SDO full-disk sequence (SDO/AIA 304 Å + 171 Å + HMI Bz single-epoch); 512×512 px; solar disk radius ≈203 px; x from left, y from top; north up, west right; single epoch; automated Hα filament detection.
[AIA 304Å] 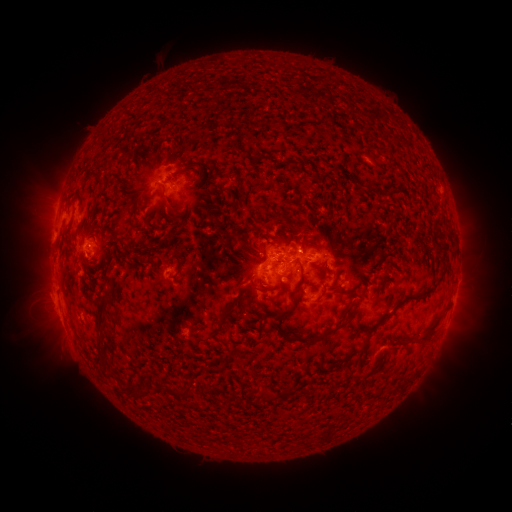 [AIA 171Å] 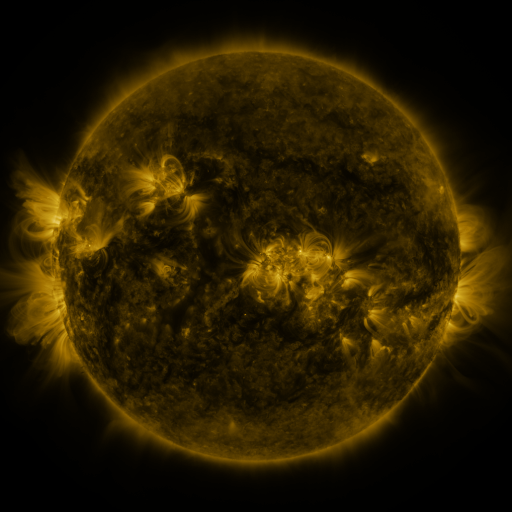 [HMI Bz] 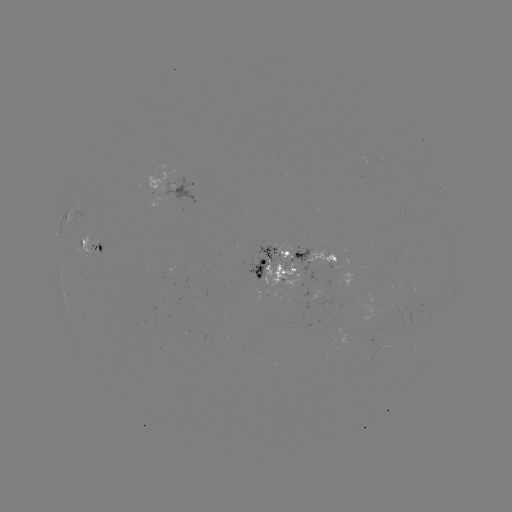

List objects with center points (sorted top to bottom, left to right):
filament: (92, 174, 103, 187)
filament: (157, 191, 171, 209)
filament: (248, 239, 260, 259)
filament: (440, 249, 447, 258)
filament: (230, 252, 239, 260)
filament: (268, 254, 301, 267)
filament: (174, 256, 182, 273)
filament: (391, 266, 447, 309)
filament: (293, 271, 305, 293)
filament: (244, 282, 261, 293)
filament: (94, 289, 114, 369)
filament: (210, 299, 238, 338)
filament: (272, 304, 294, 323)
filament: (383, 309, 392, 319)
filament: (419, 321, 437, 341)
filament: (294, 324, 341, 342)
filament: (281, 331, 290, 342)
filament: (338, 343, 365, 363)
filament: (229, 349, 244, 359)
filament: (165, 384, 193, 398)
filament: (125, 385, 143, 400)
filament: (262, 392, 274, 401)
